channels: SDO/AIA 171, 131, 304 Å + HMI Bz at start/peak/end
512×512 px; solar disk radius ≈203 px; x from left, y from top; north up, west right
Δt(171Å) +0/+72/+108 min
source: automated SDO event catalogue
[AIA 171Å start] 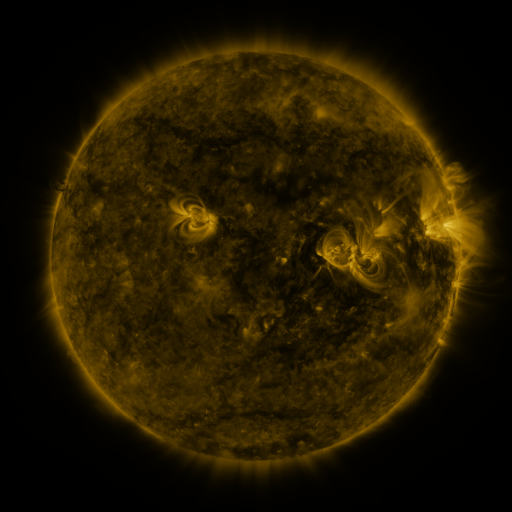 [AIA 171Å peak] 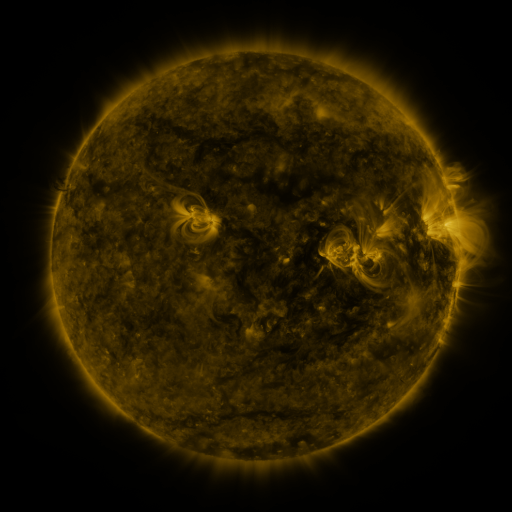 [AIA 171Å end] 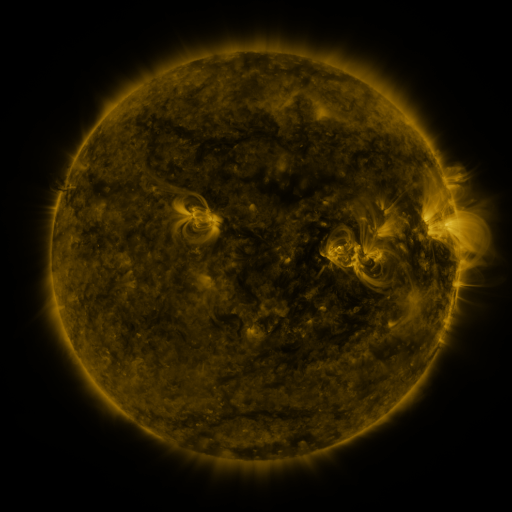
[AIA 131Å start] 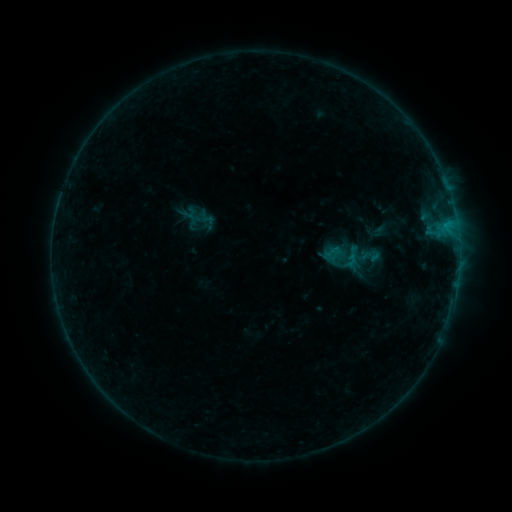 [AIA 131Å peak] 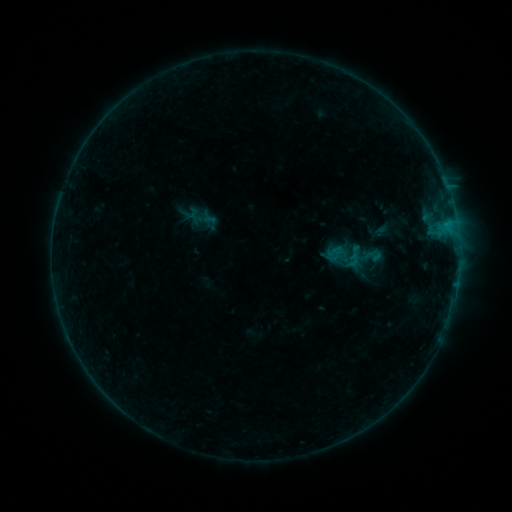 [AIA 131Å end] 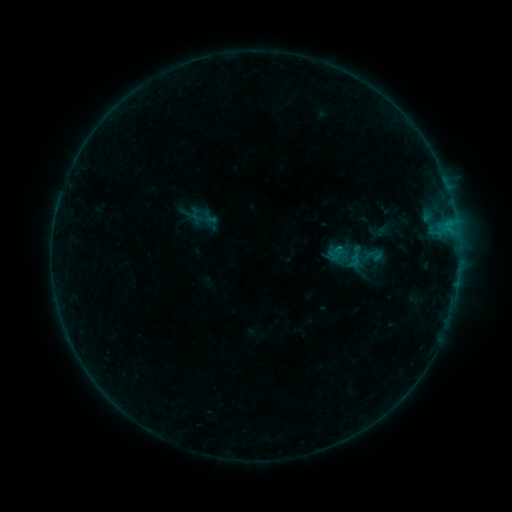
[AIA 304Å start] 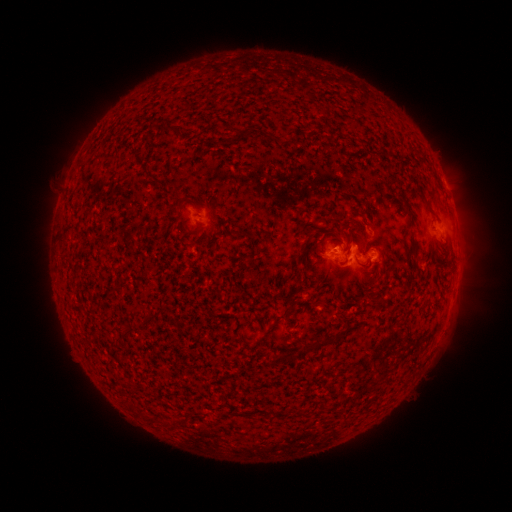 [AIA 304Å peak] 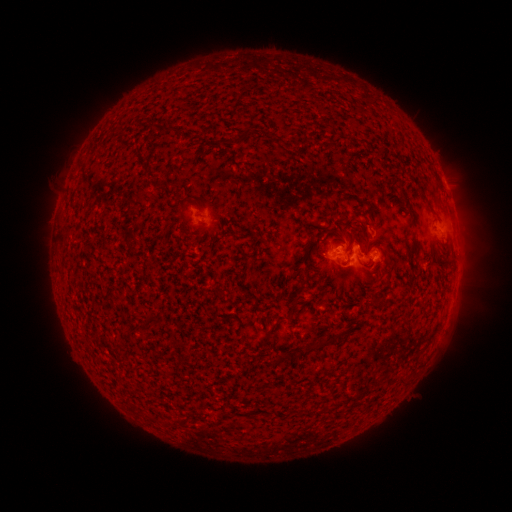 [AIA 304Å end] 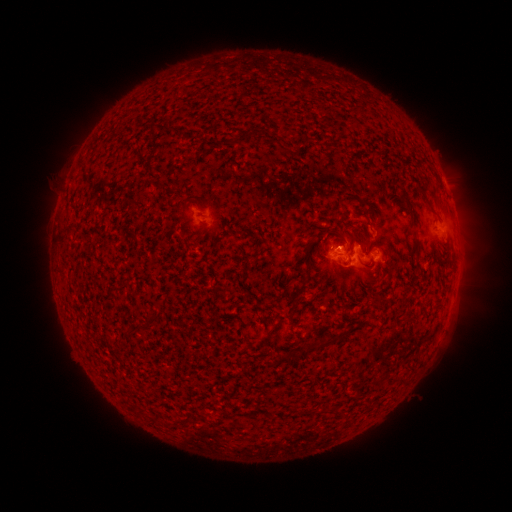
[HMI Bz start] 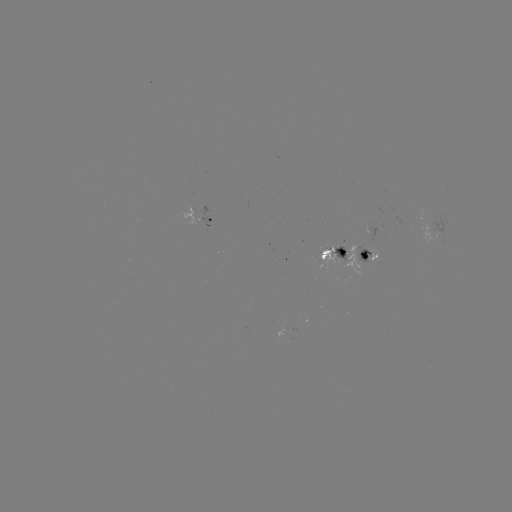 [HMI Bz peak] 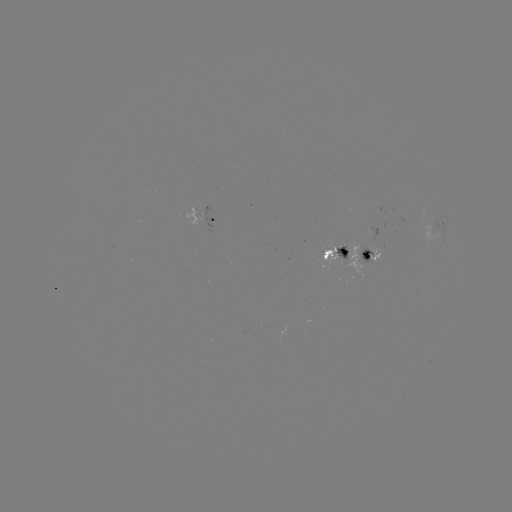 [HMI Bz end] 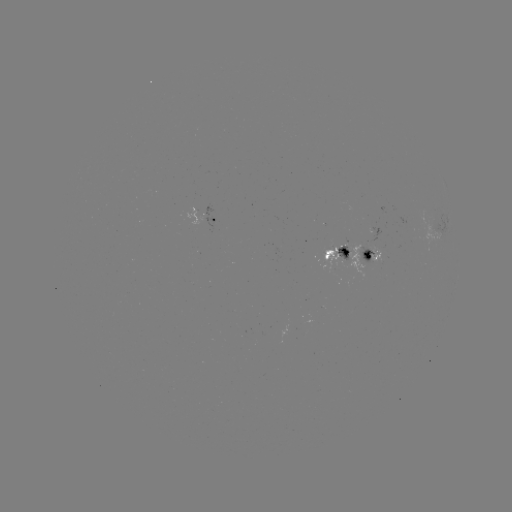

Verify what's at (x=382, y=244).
emerging-flux region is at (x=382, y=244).